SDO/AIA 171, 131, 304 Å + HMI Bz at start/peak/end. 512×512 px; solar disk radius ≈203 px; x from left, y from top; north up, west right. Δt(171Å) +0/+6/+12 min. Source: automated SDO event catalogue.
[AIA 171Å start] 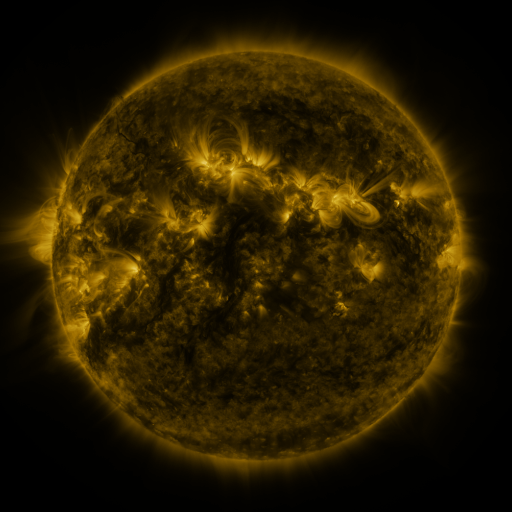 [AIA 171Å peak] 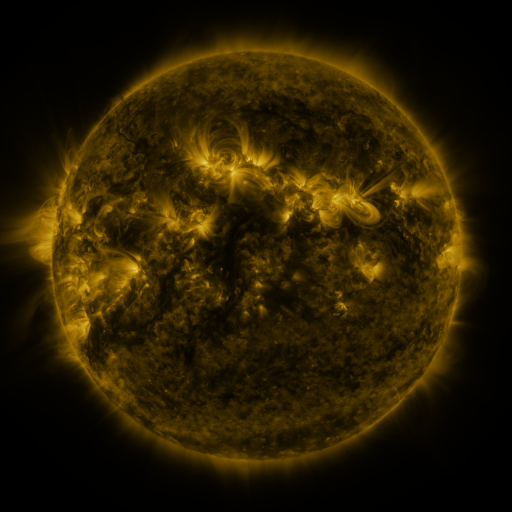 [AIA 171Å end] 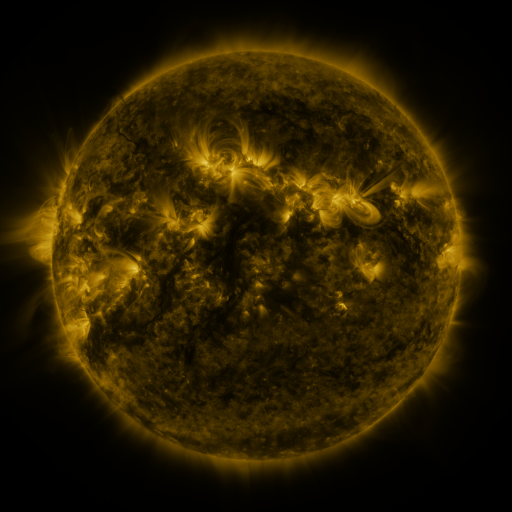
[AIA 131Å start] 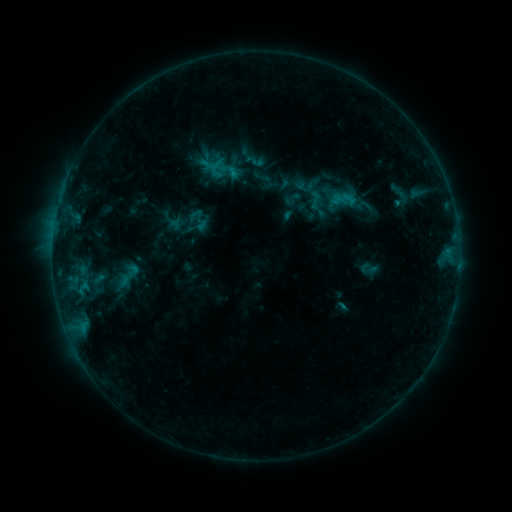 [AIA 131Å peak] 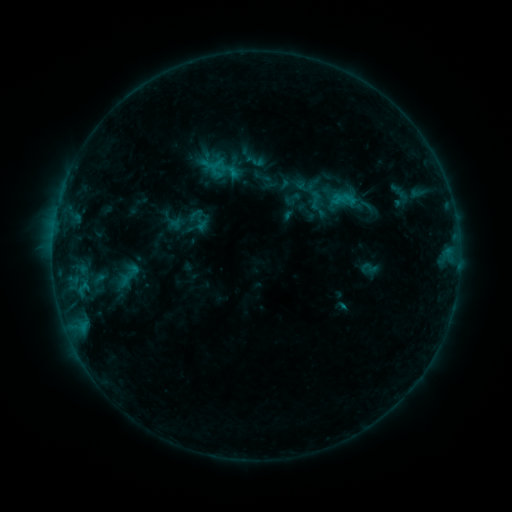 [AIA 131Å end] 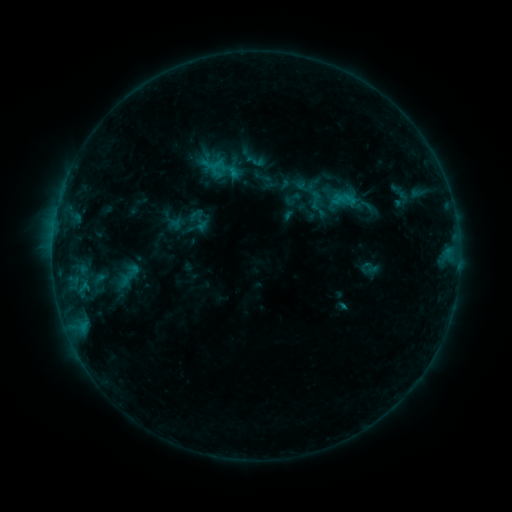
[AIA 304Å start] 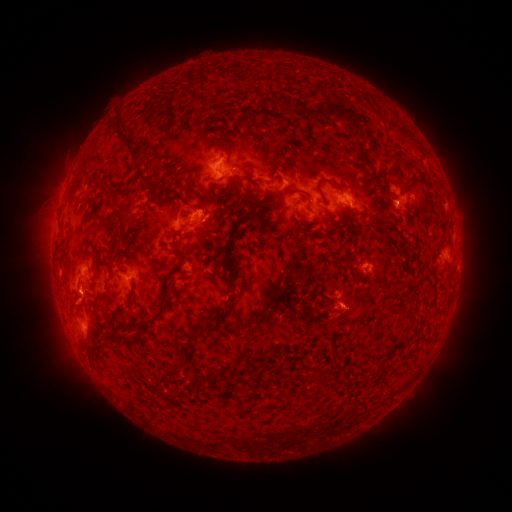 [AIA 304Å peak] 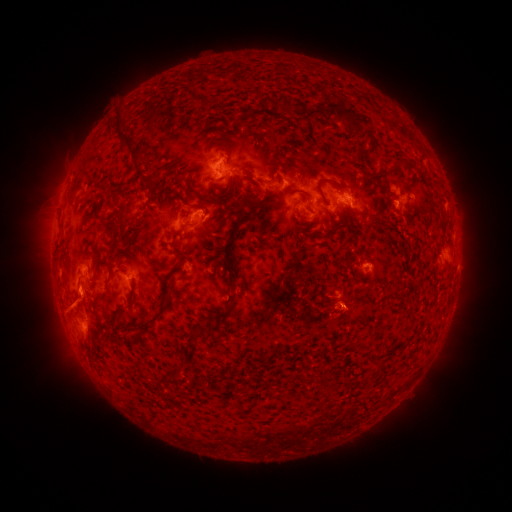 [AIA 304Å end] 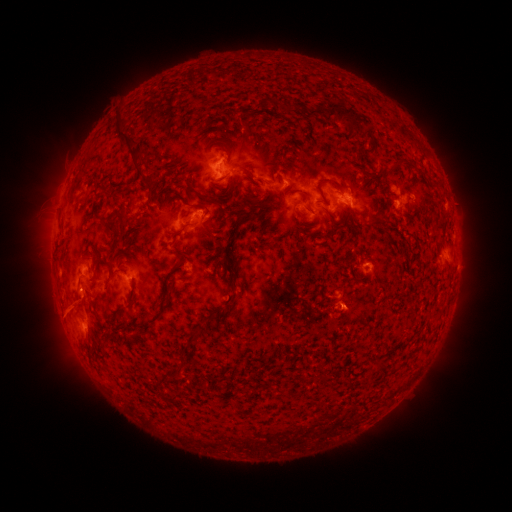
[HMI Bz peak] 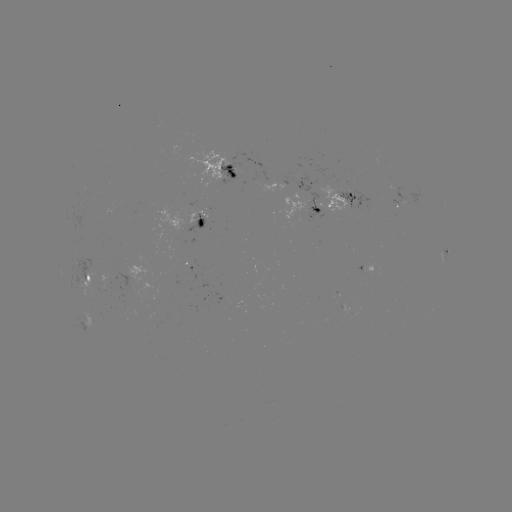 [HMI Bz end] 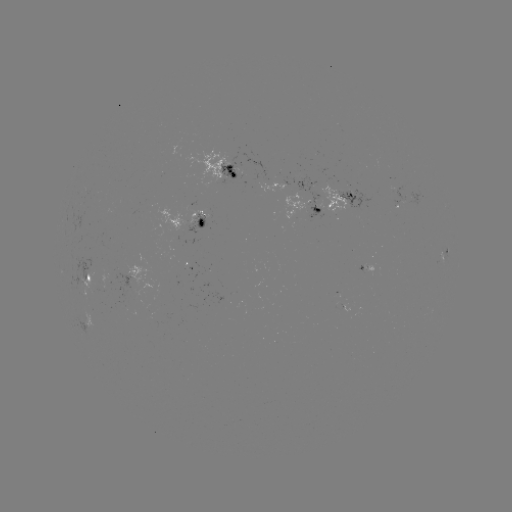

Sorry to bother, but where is eruption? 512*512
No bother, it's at [71, 310].